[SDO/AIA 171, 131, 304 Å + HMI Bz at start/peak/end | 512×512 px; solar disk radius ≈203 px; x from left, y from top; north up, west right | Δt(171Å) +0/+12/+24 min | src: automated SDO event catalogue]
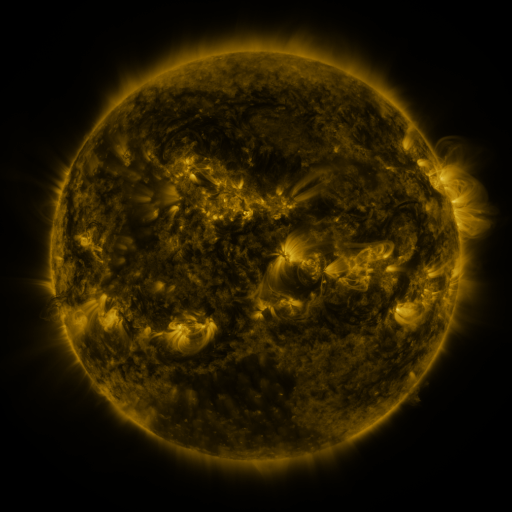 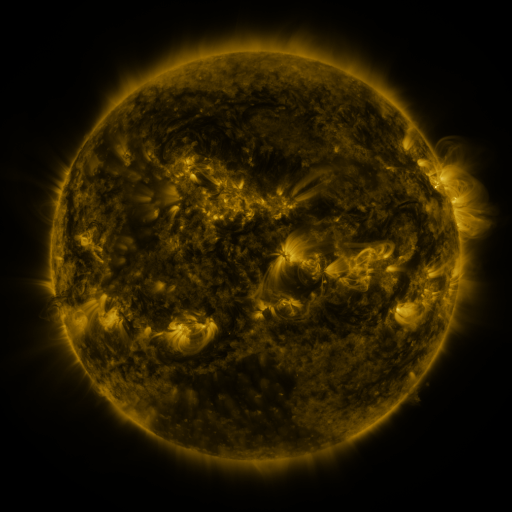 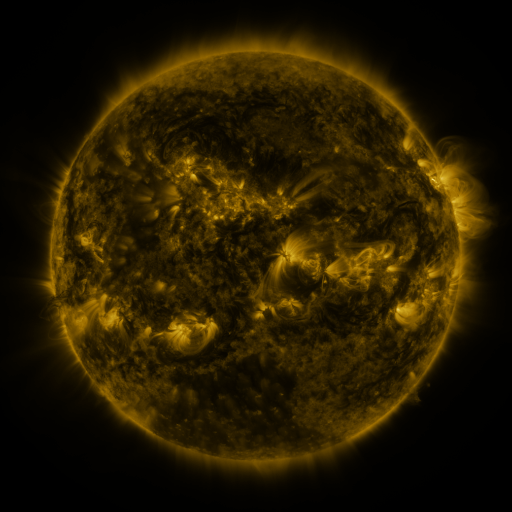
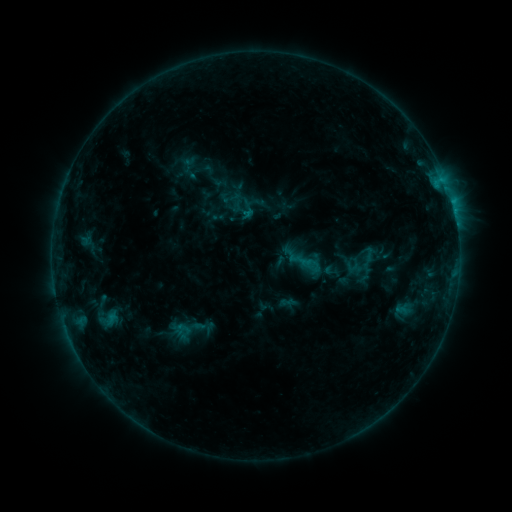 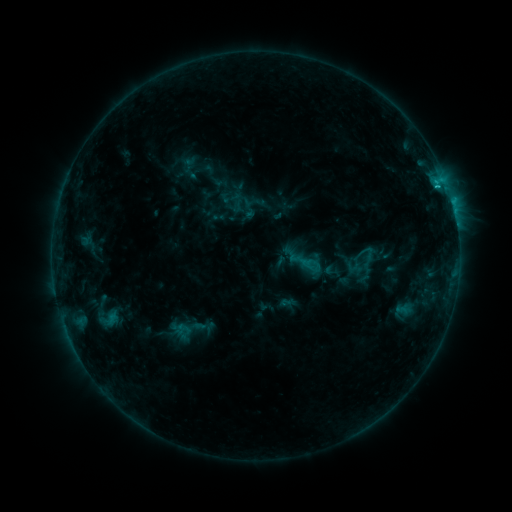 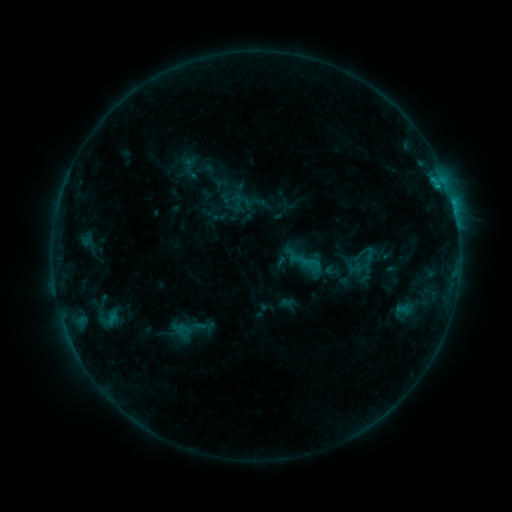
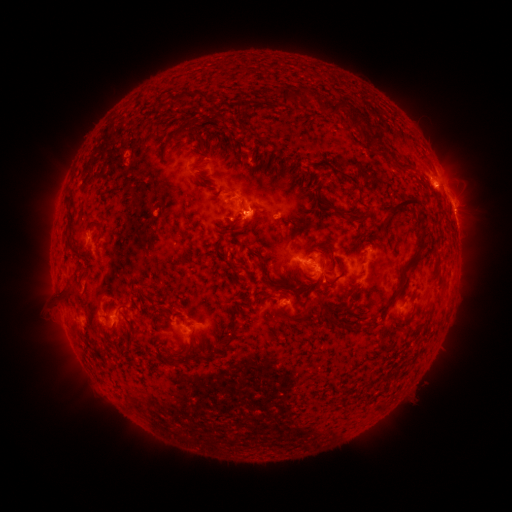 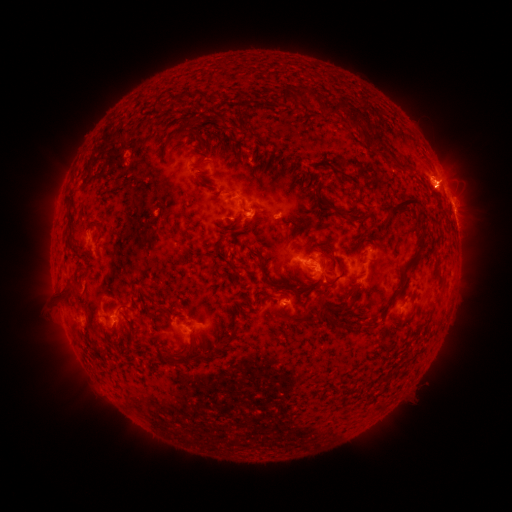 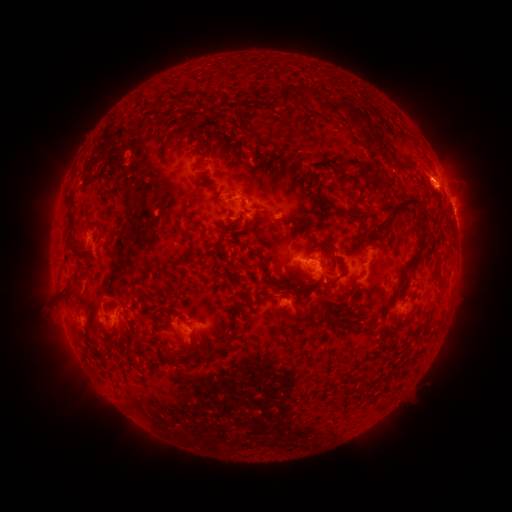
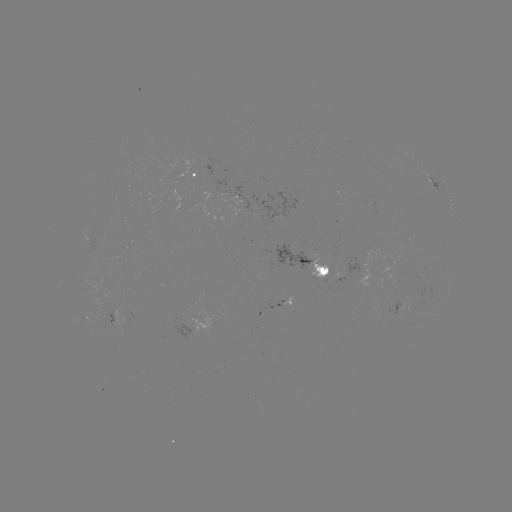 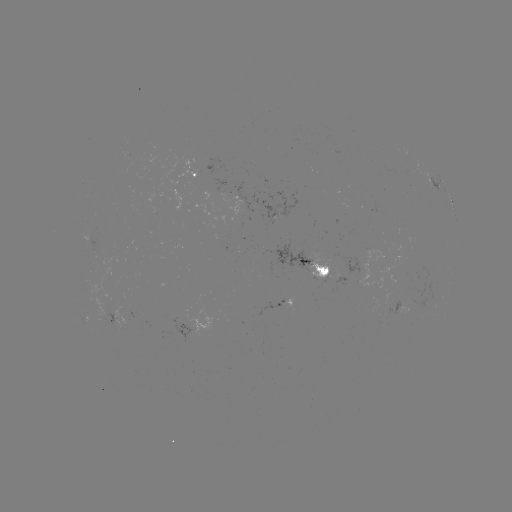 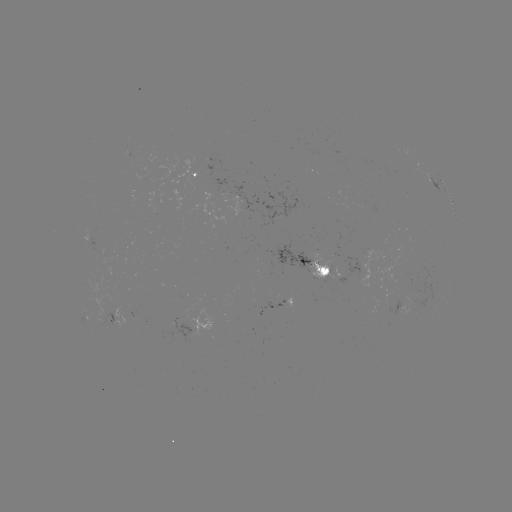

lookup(C1.2 flare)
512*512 [437, 188]